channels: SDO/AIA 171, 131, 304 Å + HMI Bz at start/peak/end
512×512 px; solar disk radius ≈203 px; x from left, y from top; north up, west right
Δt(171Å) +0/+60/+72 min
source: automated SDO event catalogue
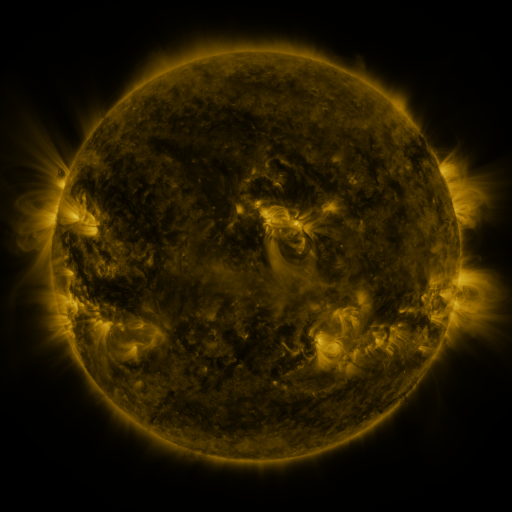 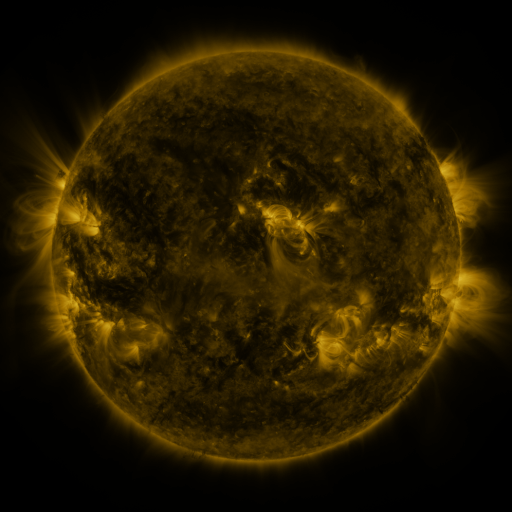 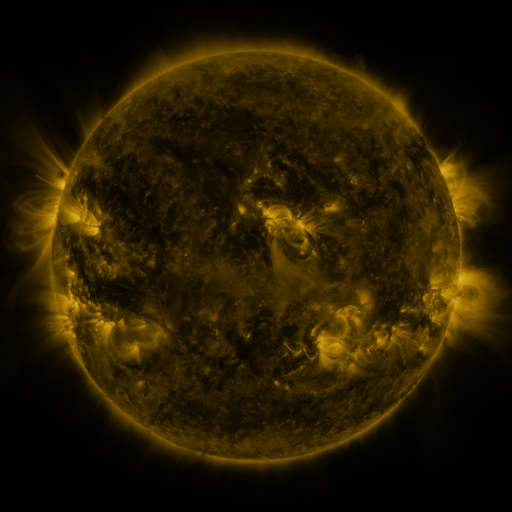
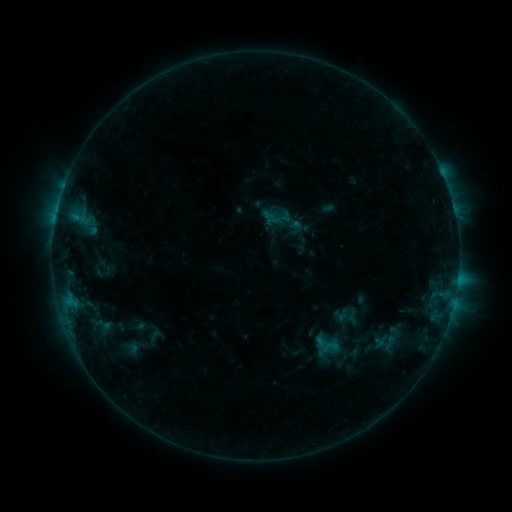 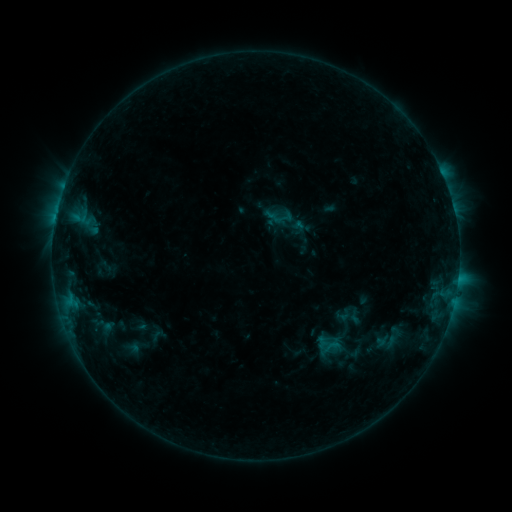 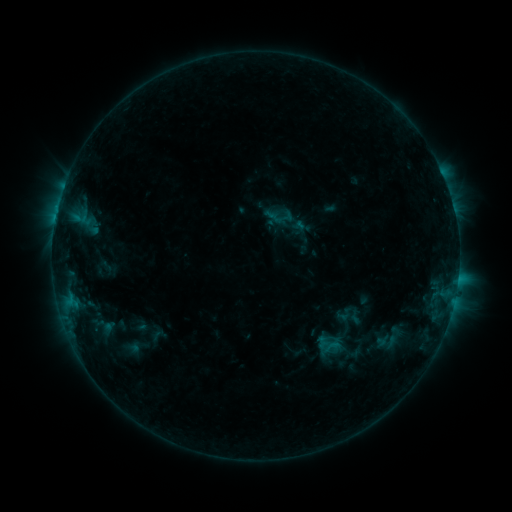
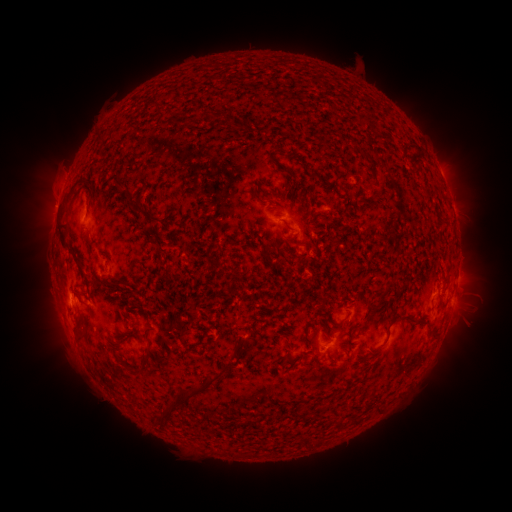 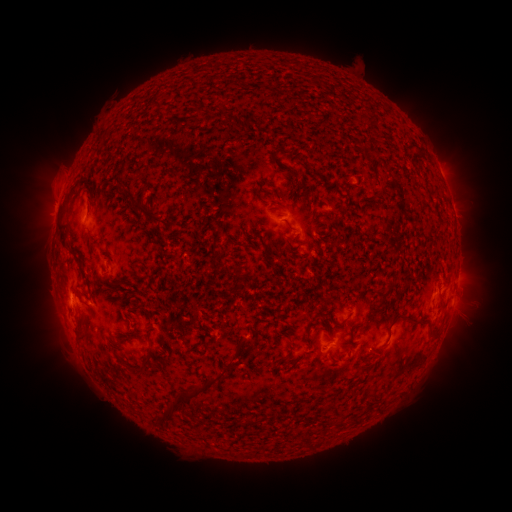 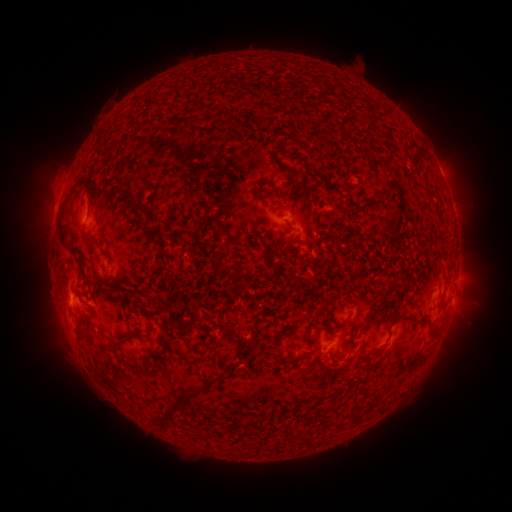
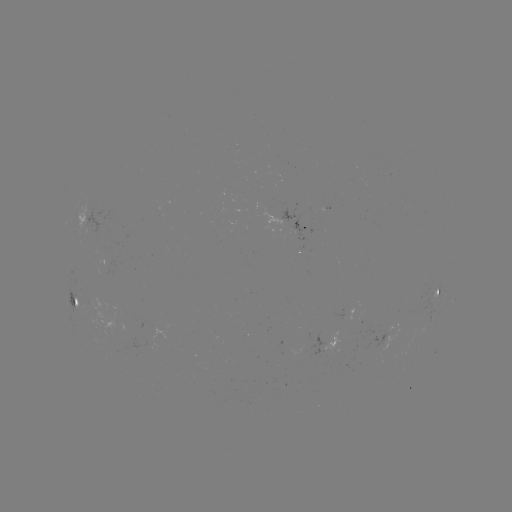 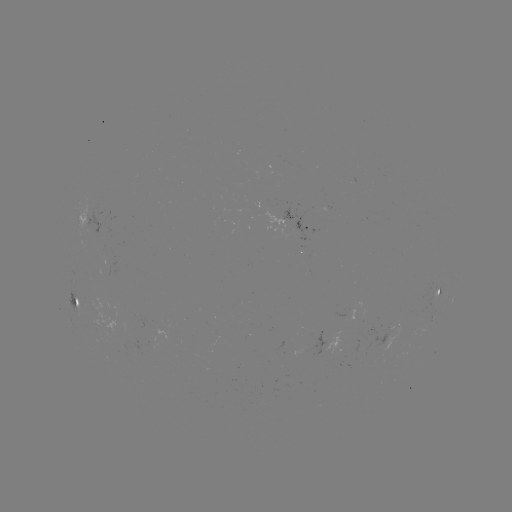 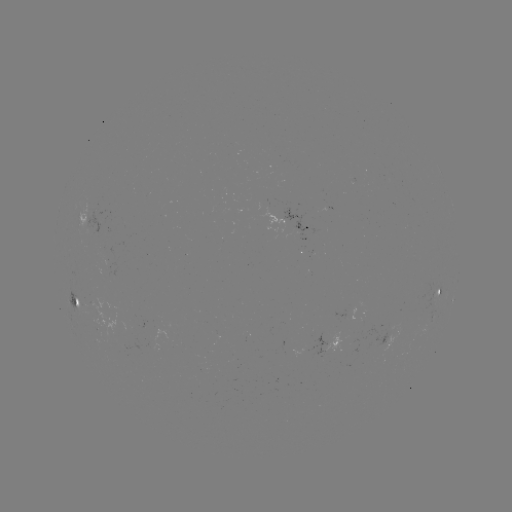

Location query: emerging-flux region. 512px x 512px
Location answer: [293, 227].